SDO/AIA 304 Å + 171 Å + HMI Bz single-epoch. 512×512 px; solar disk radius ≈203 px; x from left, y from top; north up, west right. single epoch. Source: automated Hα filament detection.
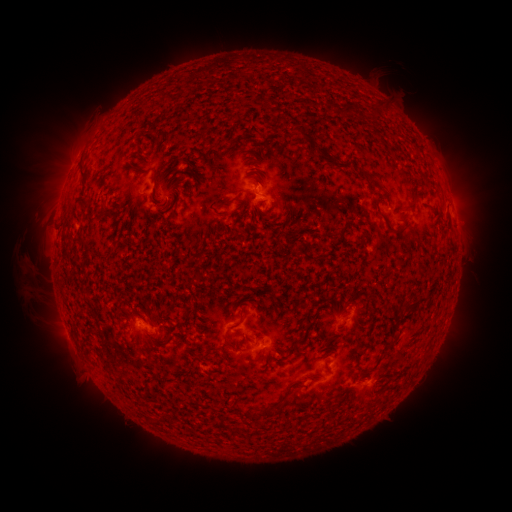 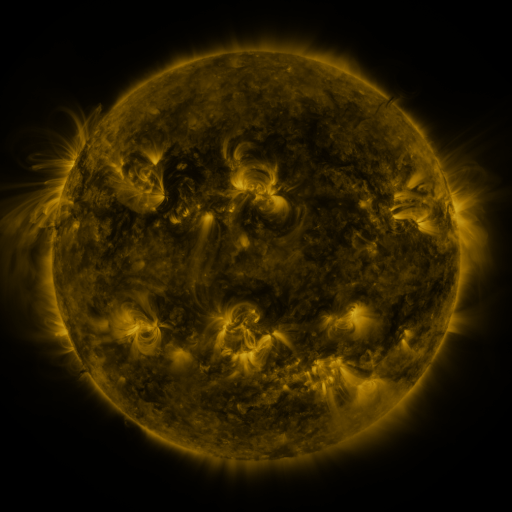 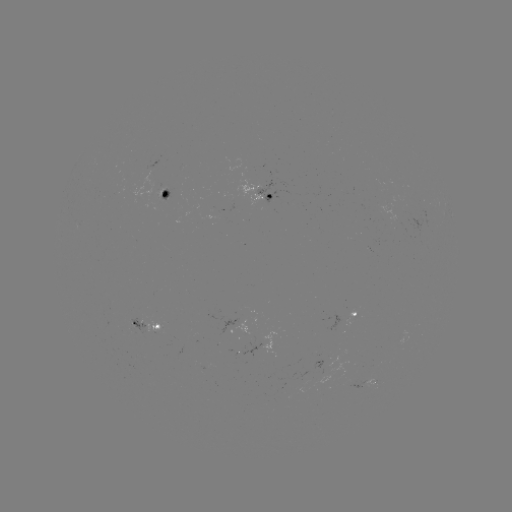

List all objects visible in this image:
filament: [341, 106, 352, 118]
filament: [298, 130, 313, 142]
filament: [152, 171, 158, 185]
filament: [366, 177, 378, 189]
filament: [383, 221, 407, 236]
filament: [403, 297, 427, 313]
filament: [250, 349, 262, 362]
filament: [255, 404, 274, 417]
